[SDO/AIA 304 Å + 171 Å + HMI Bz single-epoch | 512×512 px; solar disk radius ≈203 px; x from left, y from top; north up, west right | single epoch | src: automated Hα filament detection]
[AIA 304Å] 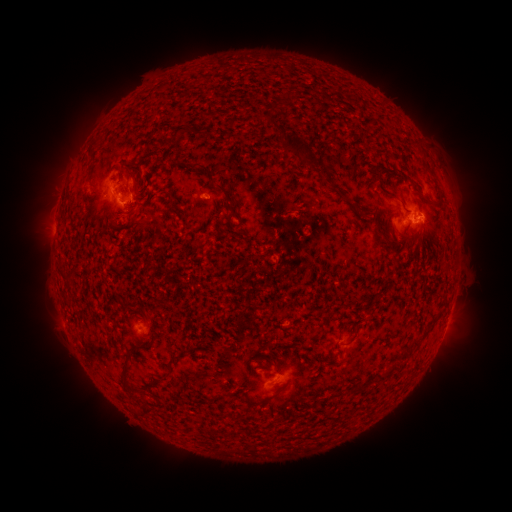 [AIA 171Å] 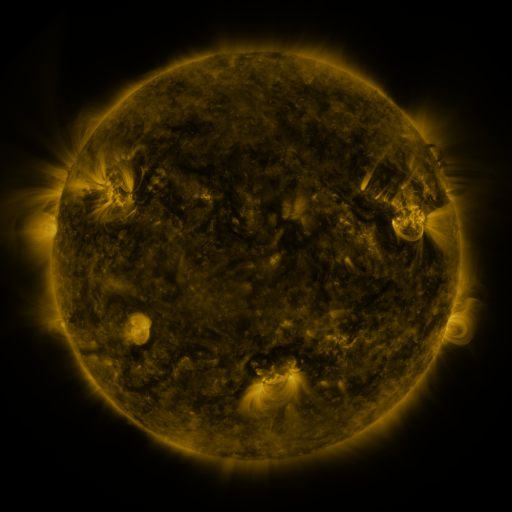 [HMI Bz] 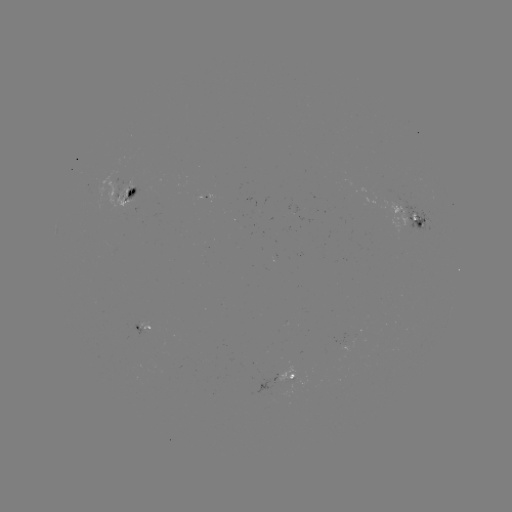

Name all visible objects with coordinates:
filament: (282, 103)
filament: (272, 122)
filament: (177, 134)
filament: (304, 152)
filament: (137, 165)
filament: (195, 166)
filament: (431, 172)
filament: (380, 180)
filament: (218, 186)
filament: (138, 199)
filament: (424, 201)
filament: (364, 214)
filament: (381, 232)
filament: (208, 239)
filament: (394, 249)
filament: (352, 339)
filament: (417, 342)
filament: (407, 348)
filament: (124, 376)
filament: (384, 376)
filament: (358, 389)
filament: (280, 390)
filament: (144, 401)
filament: (147, 410)
